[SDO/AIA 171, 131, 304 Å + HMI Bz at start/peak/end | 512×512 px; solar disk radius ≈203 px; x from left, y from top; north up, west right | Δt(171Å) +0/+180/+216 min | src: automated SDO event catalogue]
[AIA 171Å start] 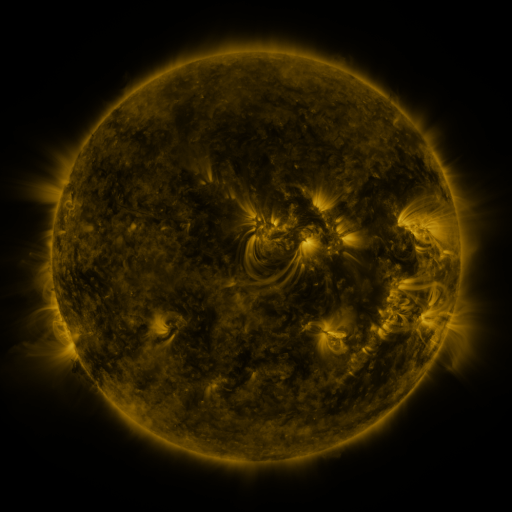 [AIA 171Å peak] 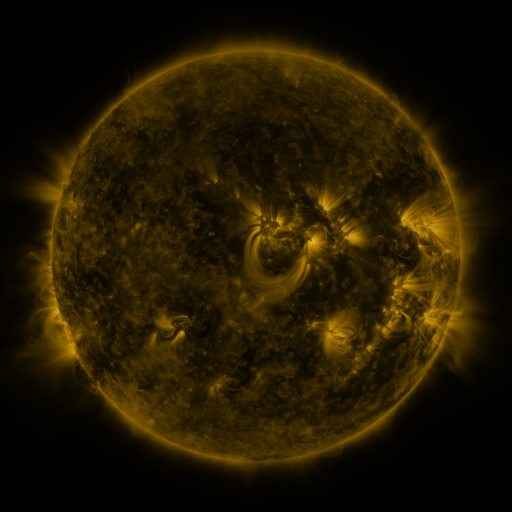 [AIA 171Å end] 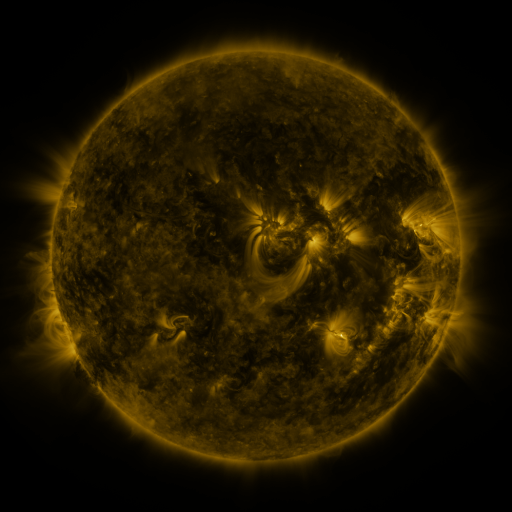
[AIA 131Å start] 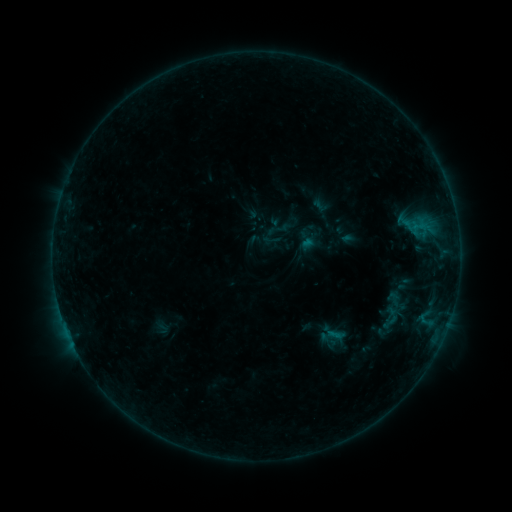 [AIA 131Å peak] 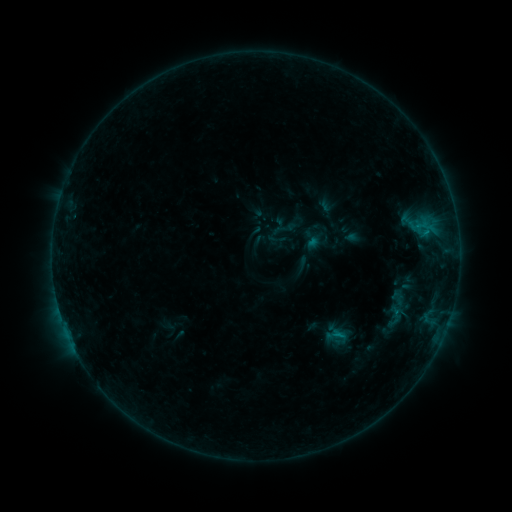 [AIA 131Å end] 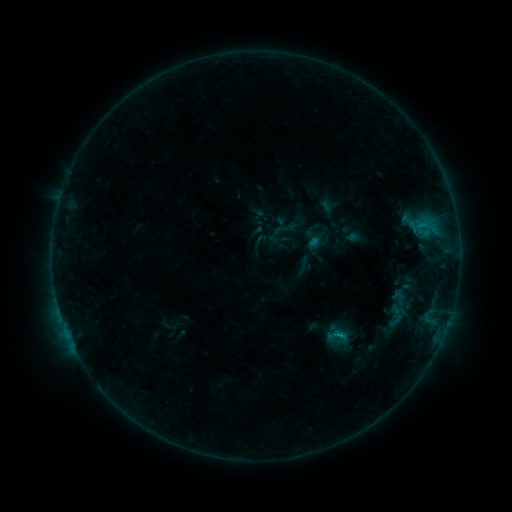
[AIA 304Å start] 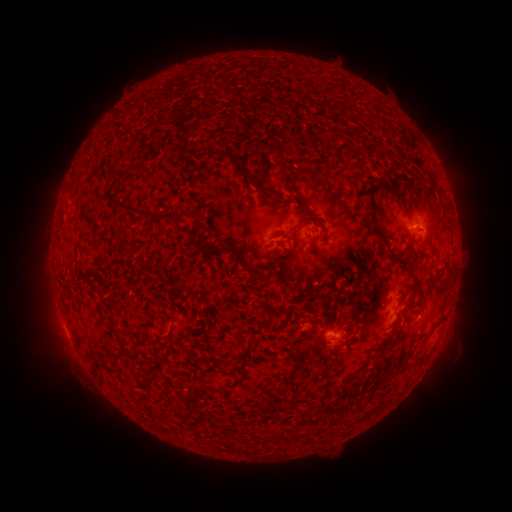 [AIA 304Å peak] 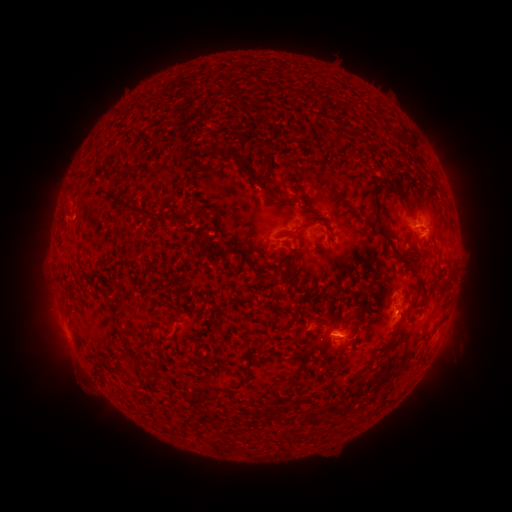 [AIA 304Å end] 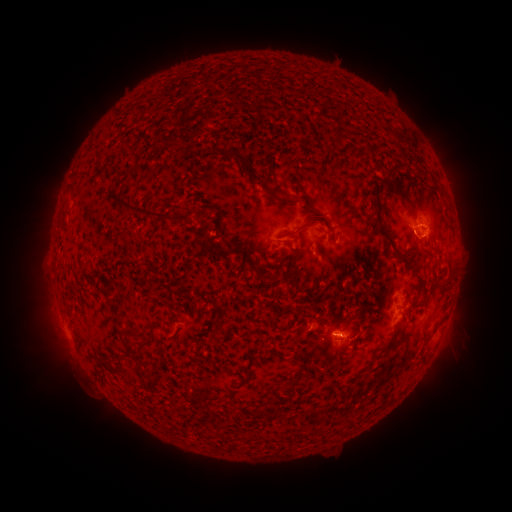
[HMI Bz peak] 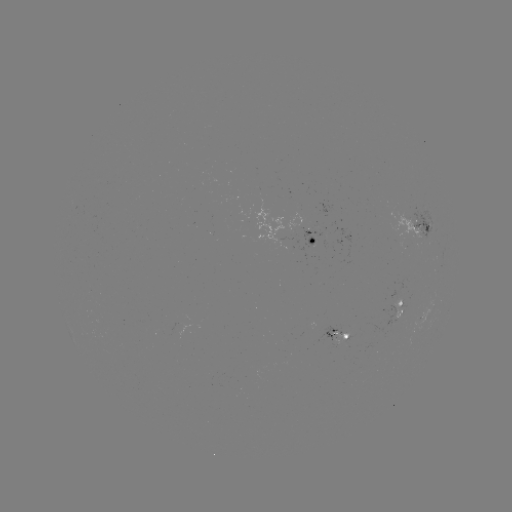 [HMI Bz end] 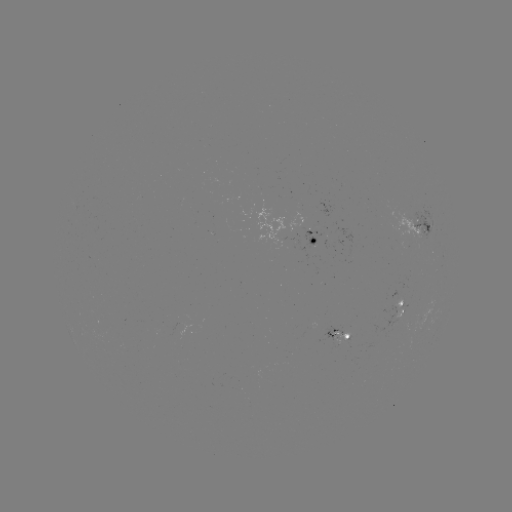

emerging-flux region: [331, 331, 356, 342]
